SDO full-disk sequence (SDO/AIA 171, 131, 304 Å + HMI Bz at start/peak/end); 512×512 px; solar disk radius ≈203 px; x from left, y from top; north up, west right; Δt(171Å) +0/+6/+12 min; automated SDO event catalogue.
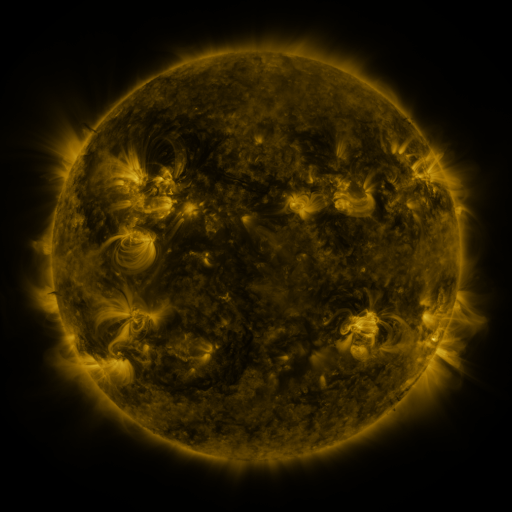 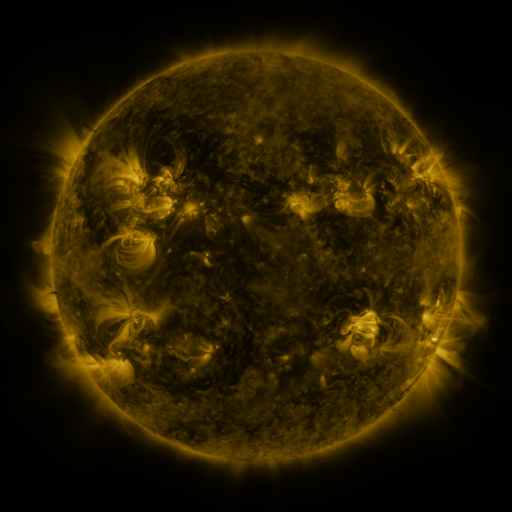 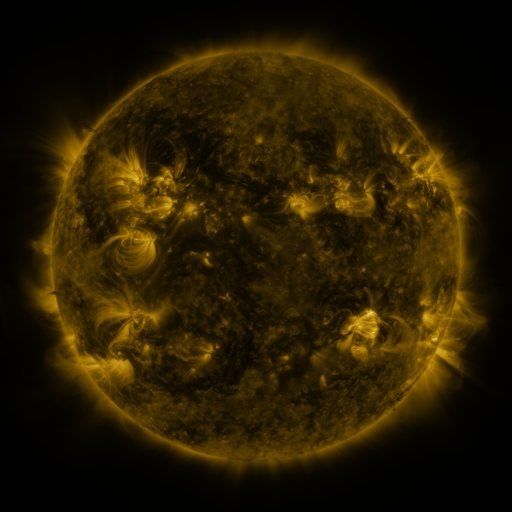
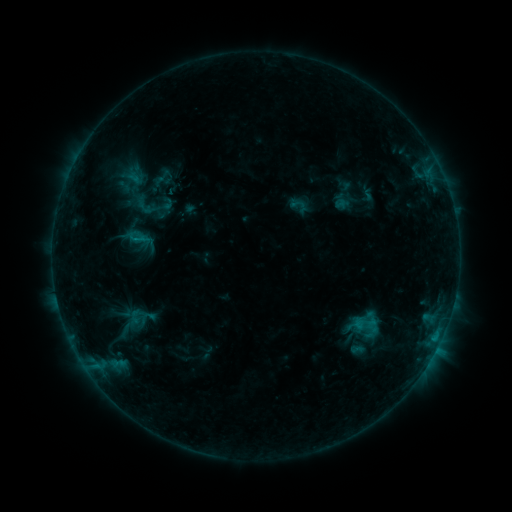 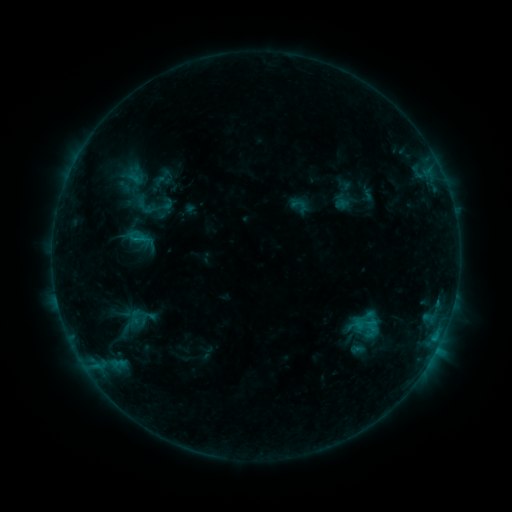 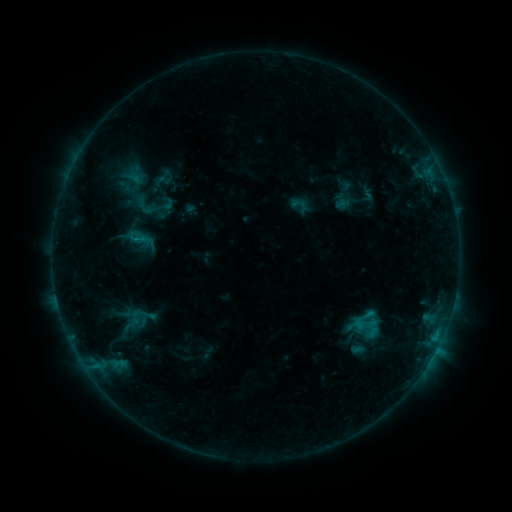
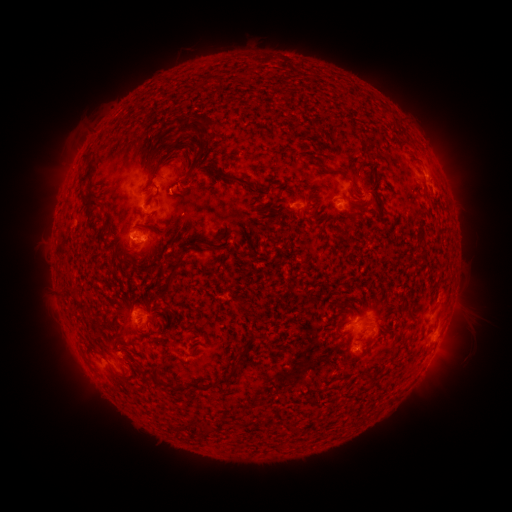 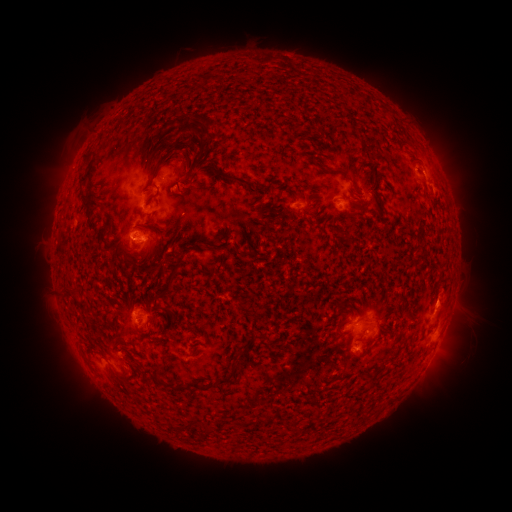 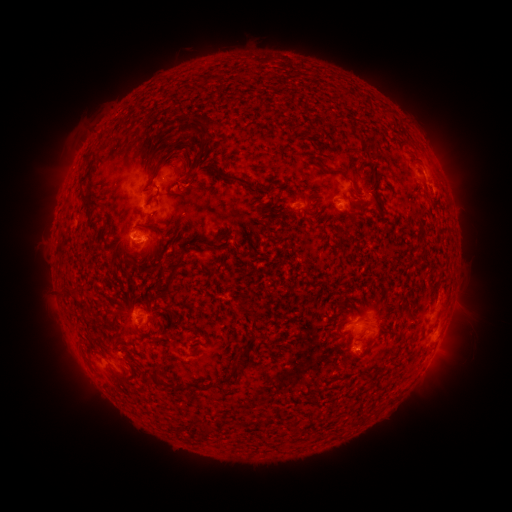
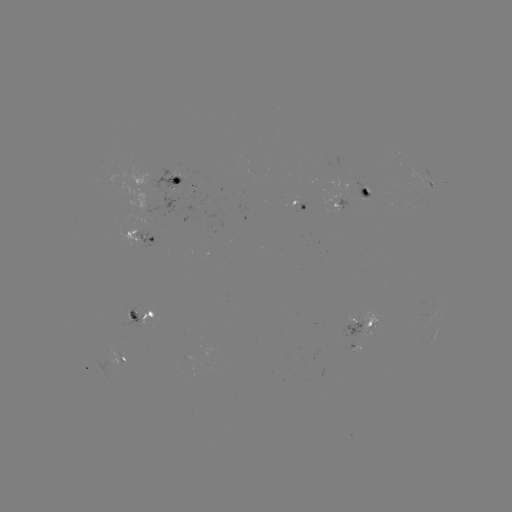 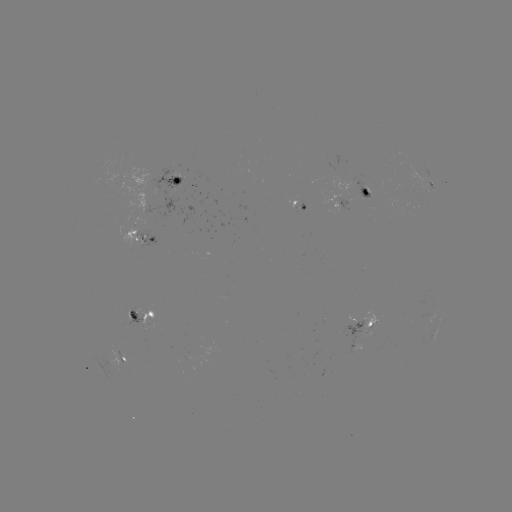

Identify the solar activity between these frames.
eruption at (446, 306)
